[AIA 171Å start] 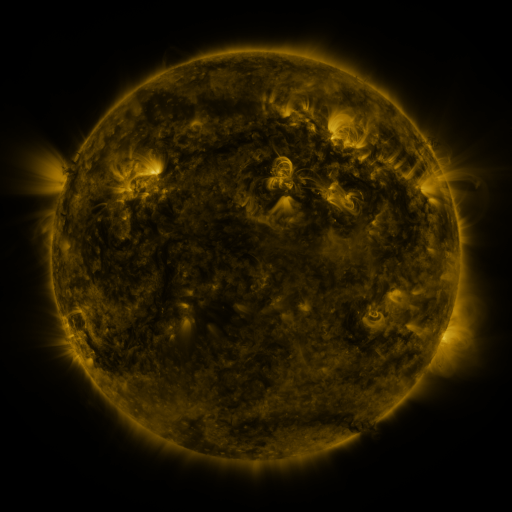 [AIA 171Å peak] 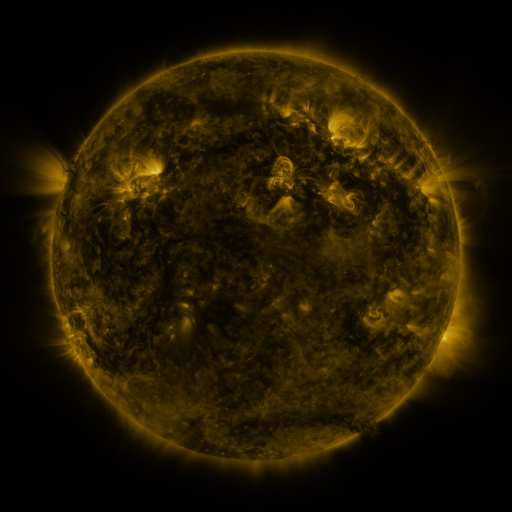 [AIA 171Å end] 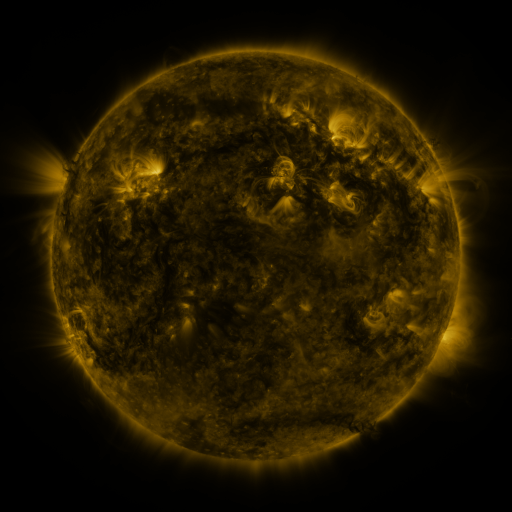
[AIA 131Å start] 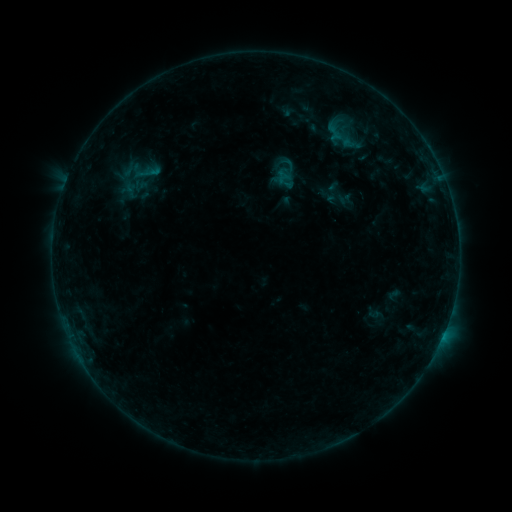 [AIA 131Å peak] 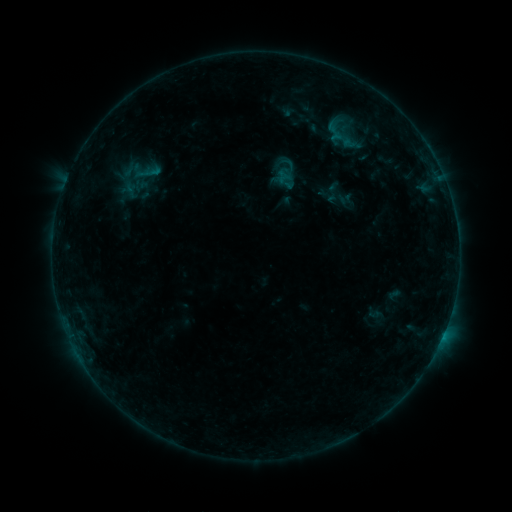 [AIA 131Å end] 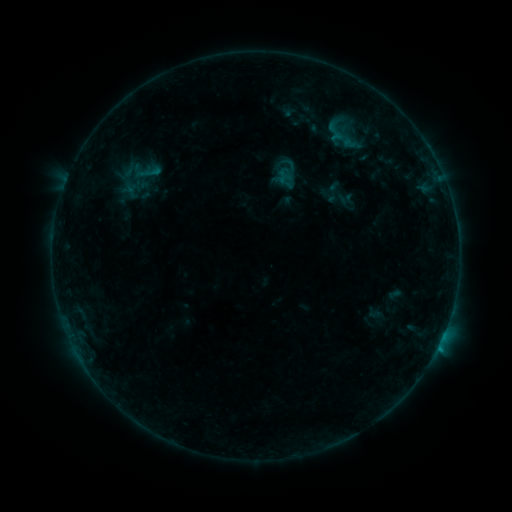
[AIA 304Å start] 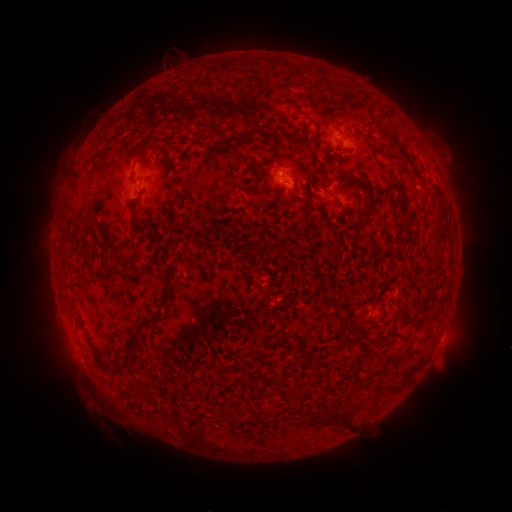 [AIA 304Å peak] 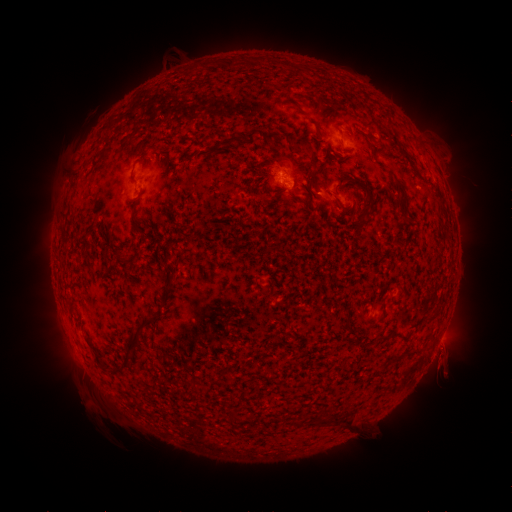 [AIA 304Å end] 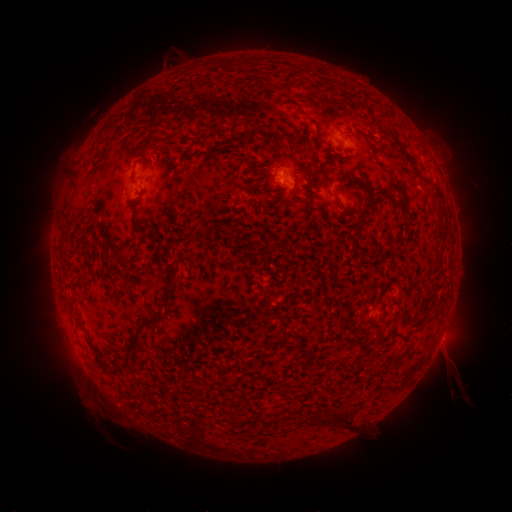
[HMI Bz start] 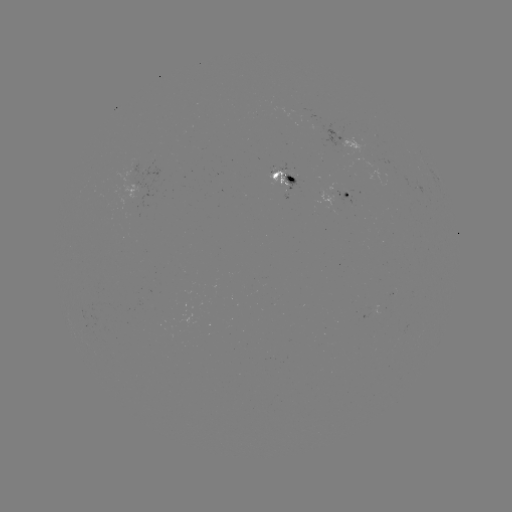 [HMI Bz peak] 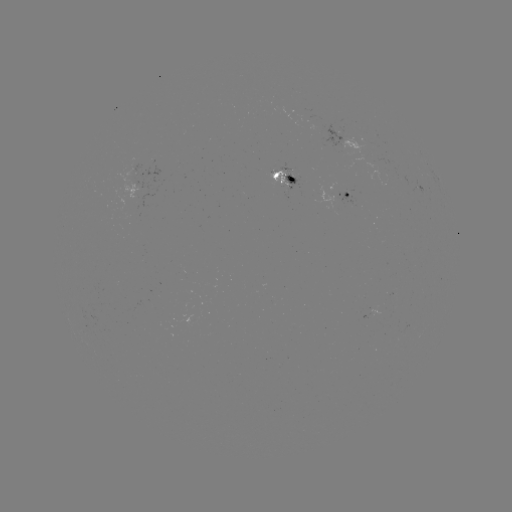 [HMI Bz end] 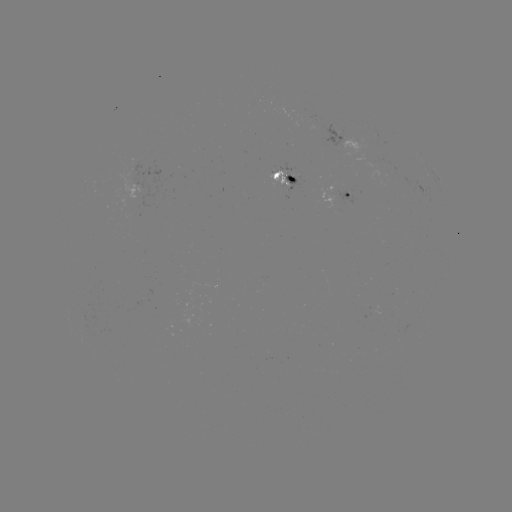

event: eruption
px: (446, 373)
